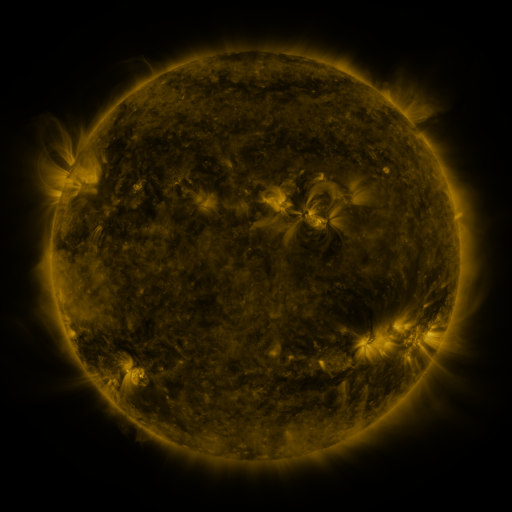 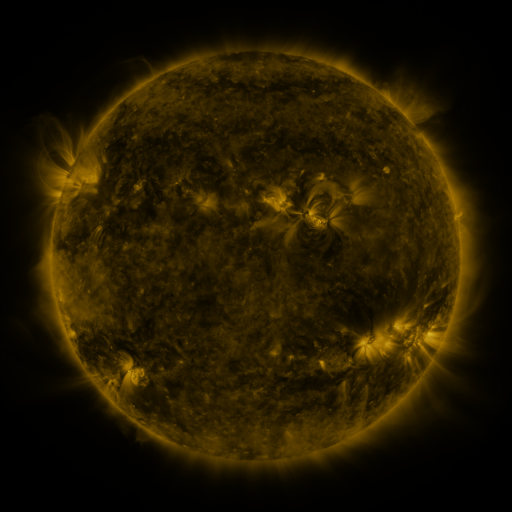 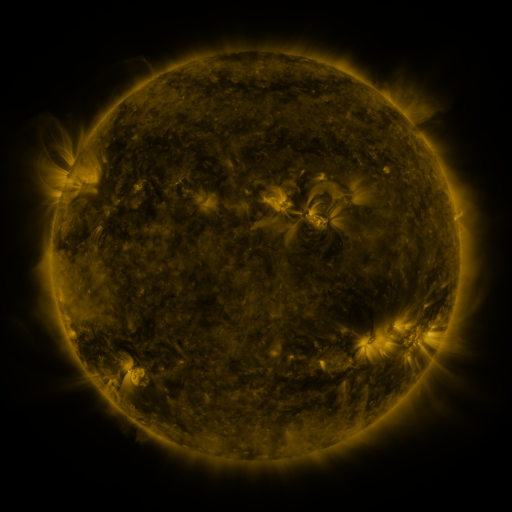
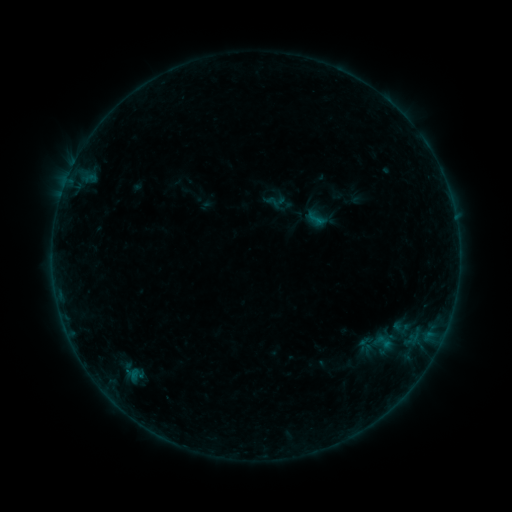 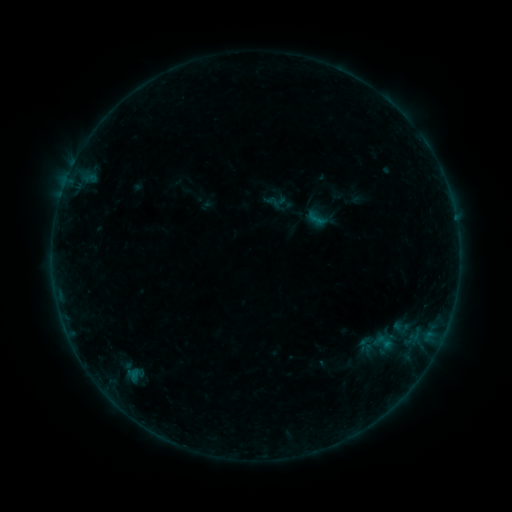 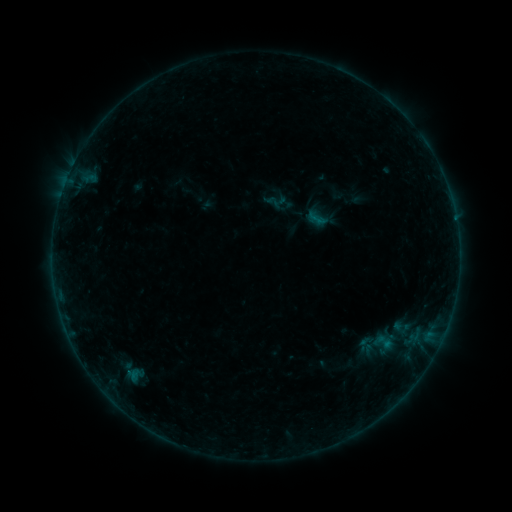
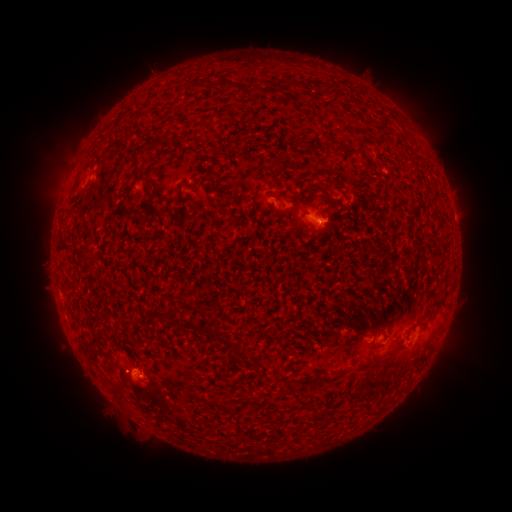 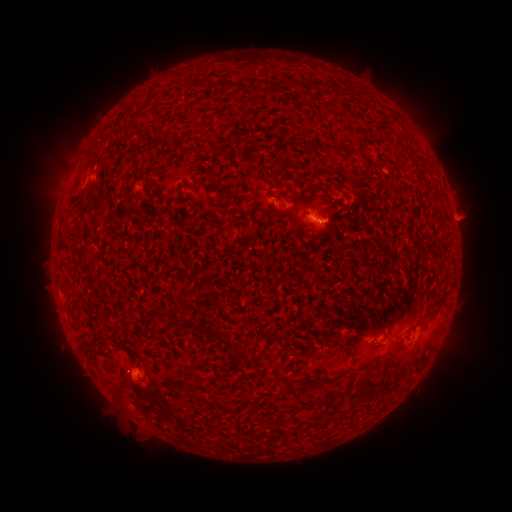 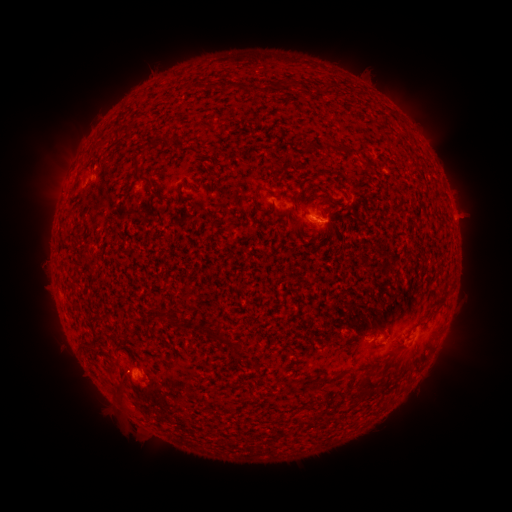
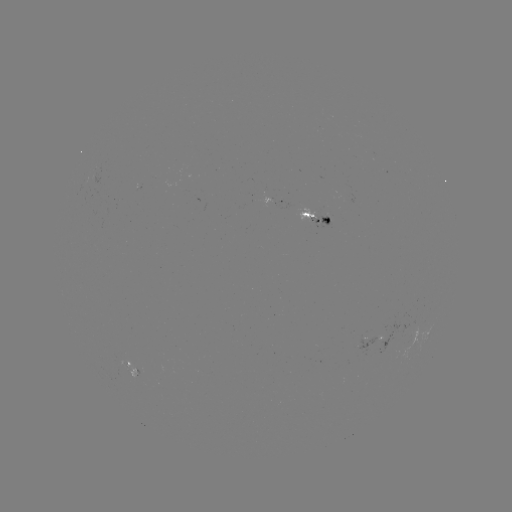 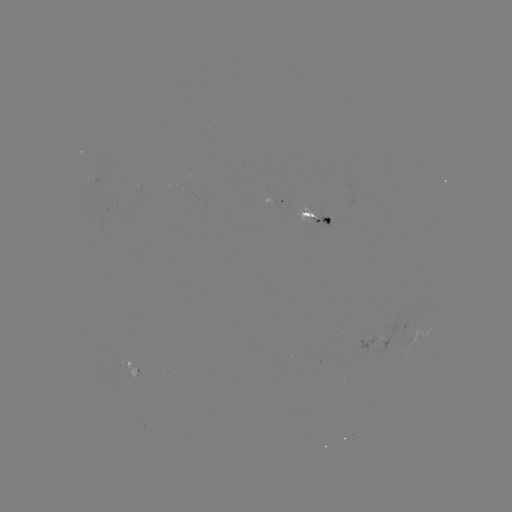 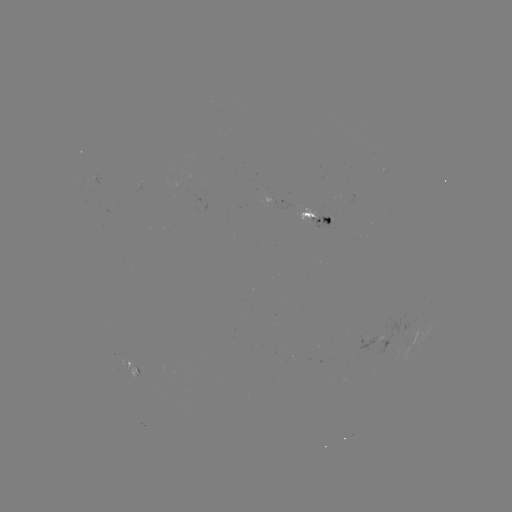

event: eruption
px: (468, 219)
